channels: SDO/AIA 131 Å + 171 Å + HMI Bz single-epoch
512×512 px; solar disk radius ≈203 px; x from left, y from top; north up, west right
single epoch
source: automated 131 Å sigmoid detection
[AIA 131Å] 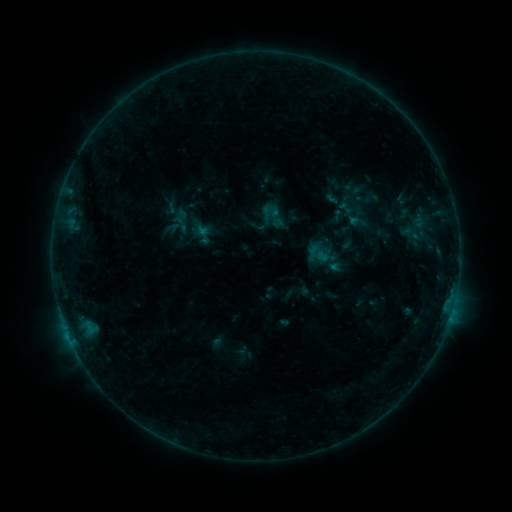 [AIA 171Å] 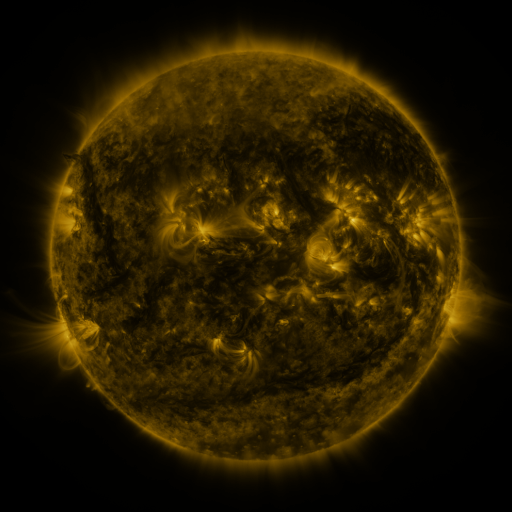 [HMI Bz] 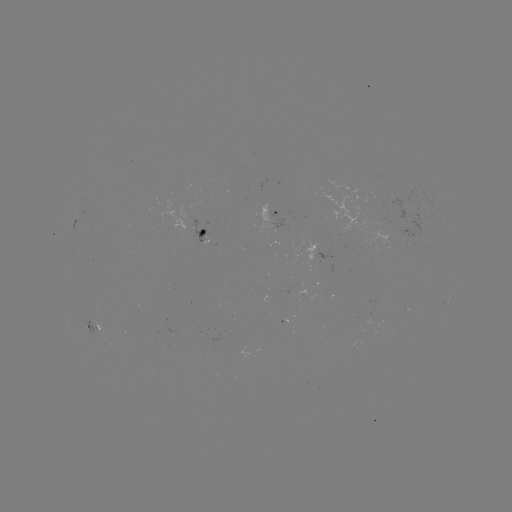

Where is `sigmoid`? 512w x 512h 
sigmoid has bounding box [258, 200, 290, 230].